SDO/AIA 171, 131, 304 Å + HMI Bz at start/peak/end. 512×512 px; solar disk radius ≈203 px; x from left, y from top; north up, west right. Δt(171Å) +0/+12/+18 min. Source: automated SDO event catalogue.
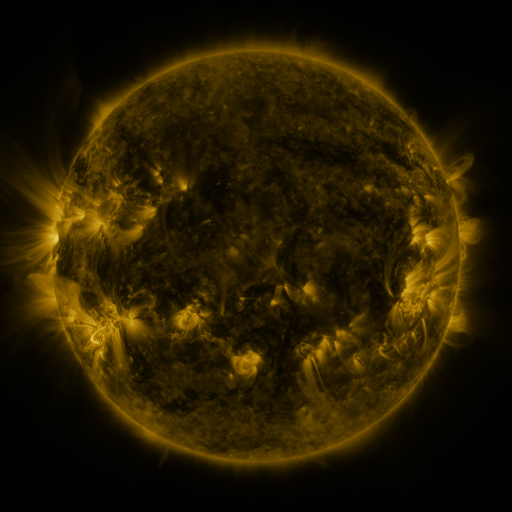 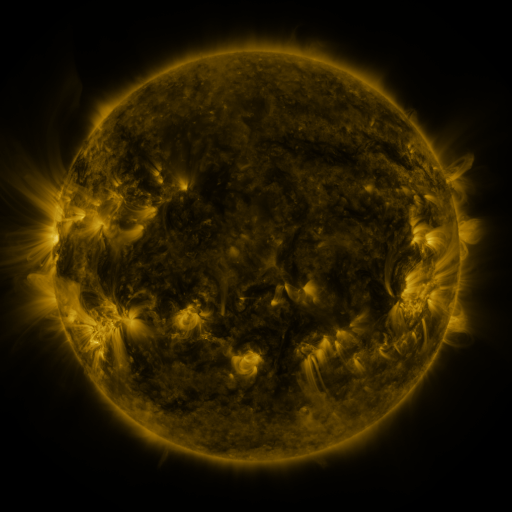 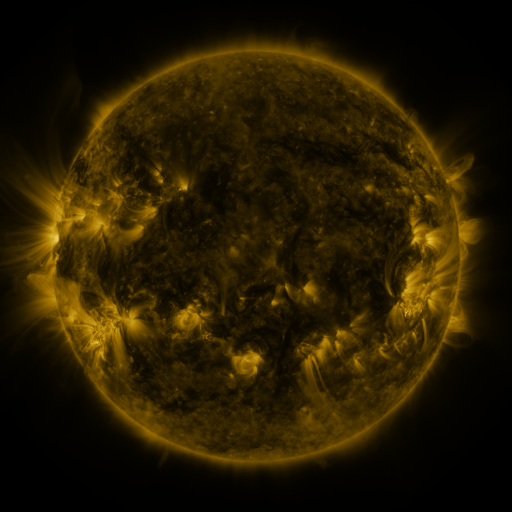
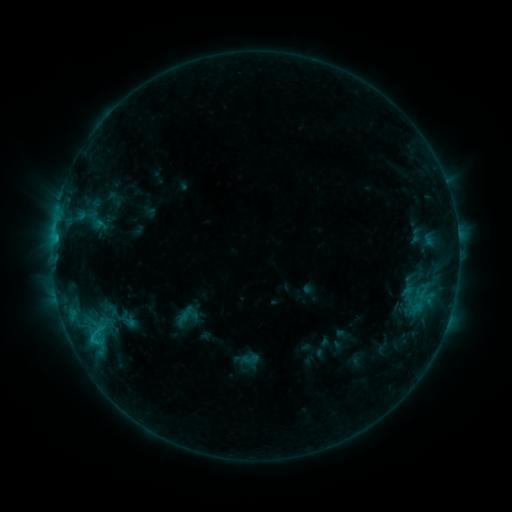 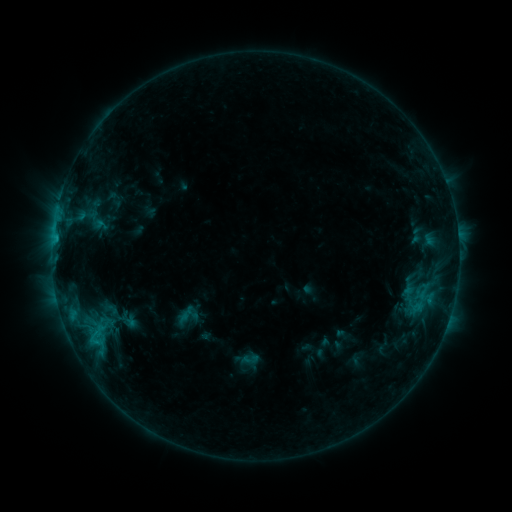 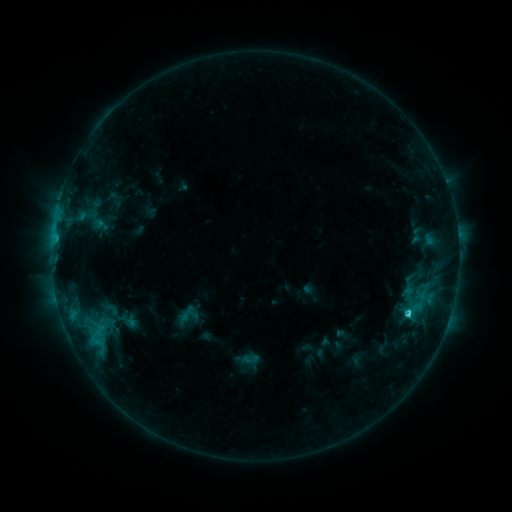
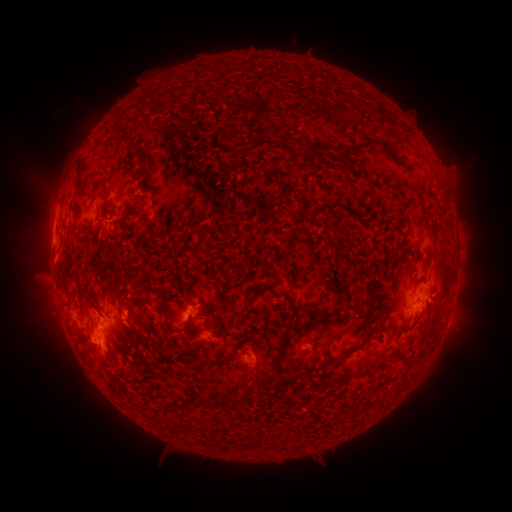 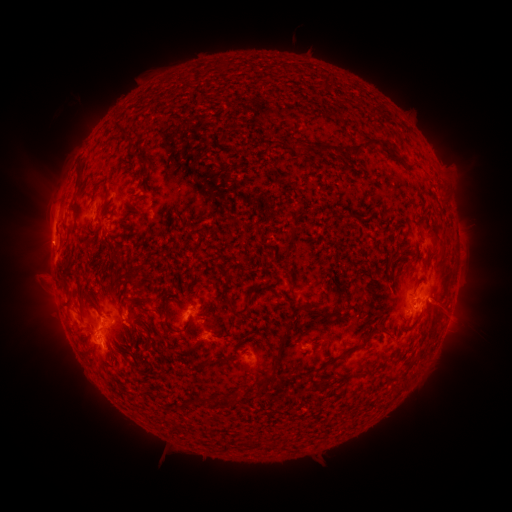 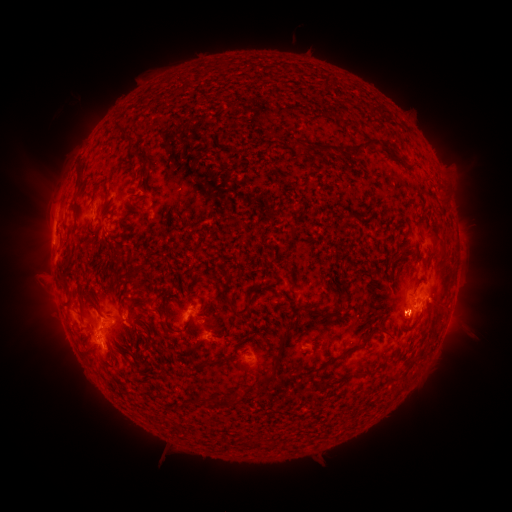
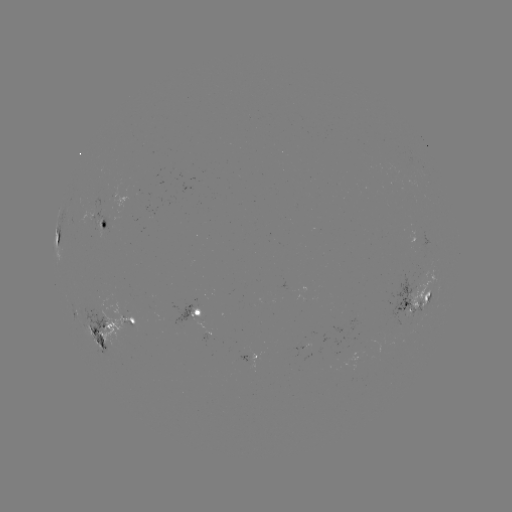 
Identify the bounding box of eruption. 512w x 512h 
[423, 282, 471, 331].